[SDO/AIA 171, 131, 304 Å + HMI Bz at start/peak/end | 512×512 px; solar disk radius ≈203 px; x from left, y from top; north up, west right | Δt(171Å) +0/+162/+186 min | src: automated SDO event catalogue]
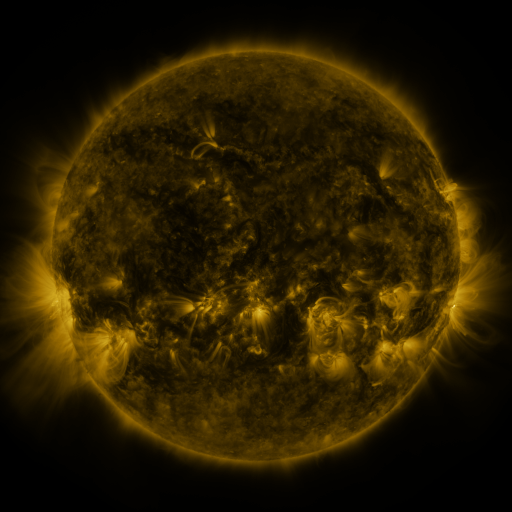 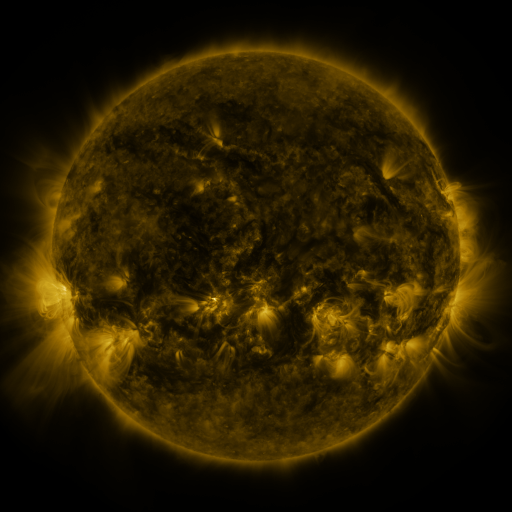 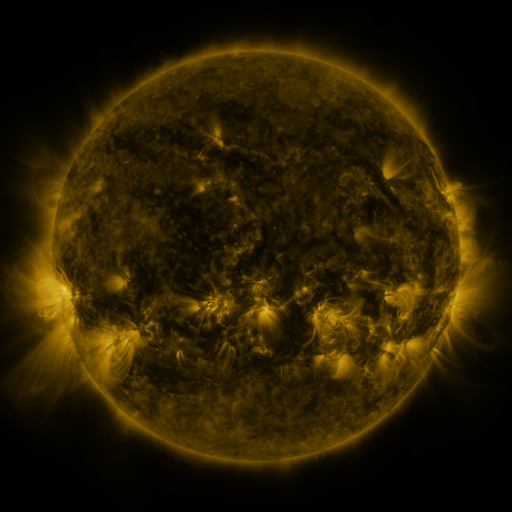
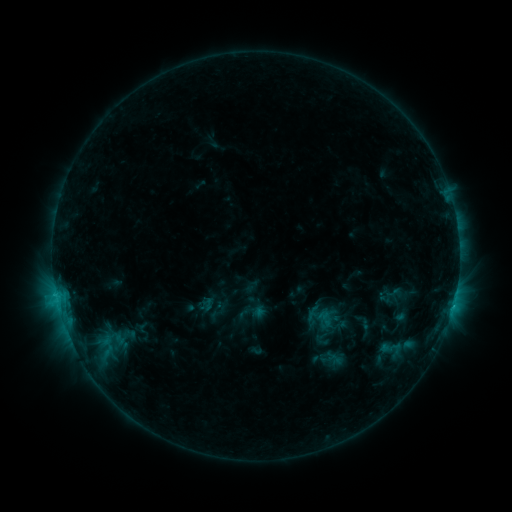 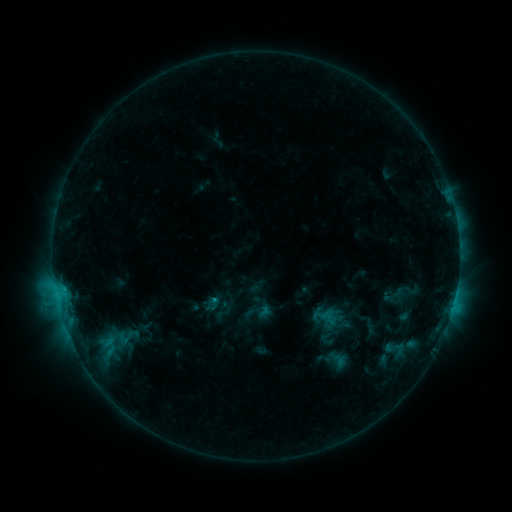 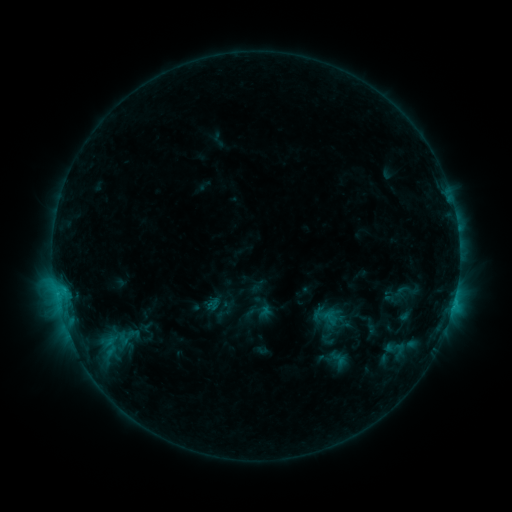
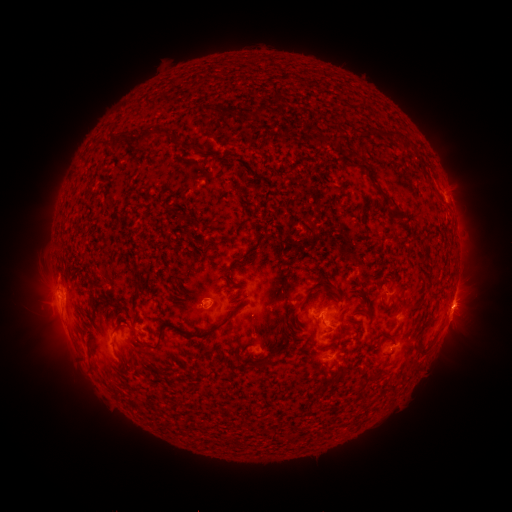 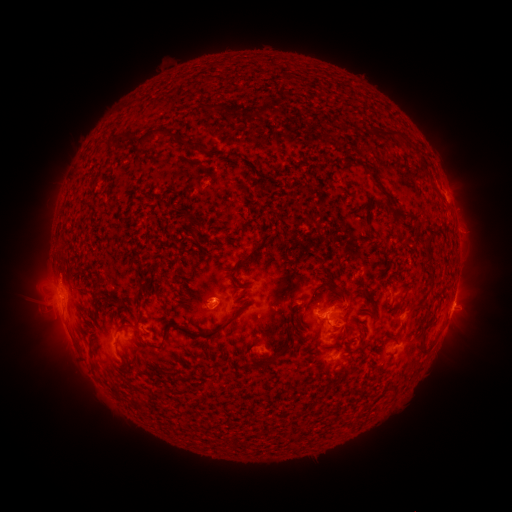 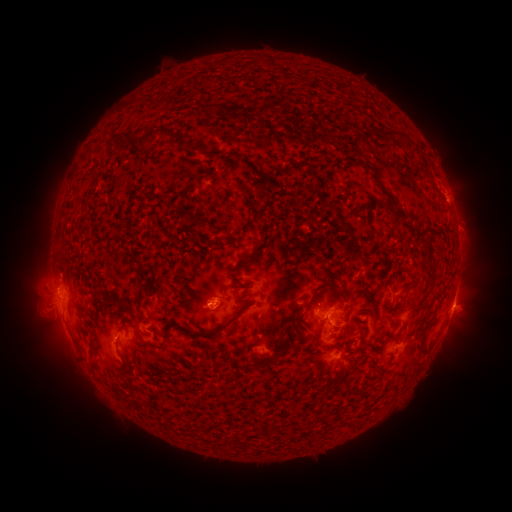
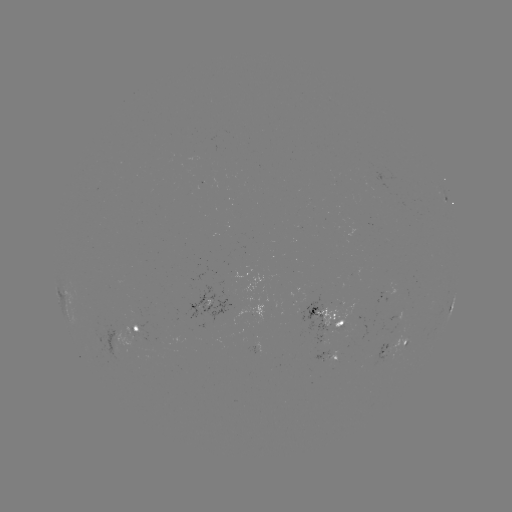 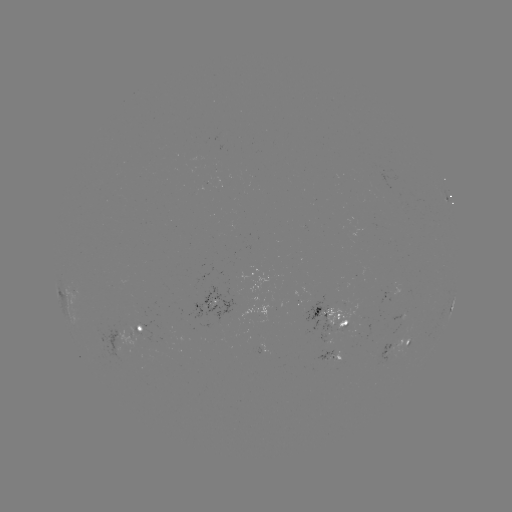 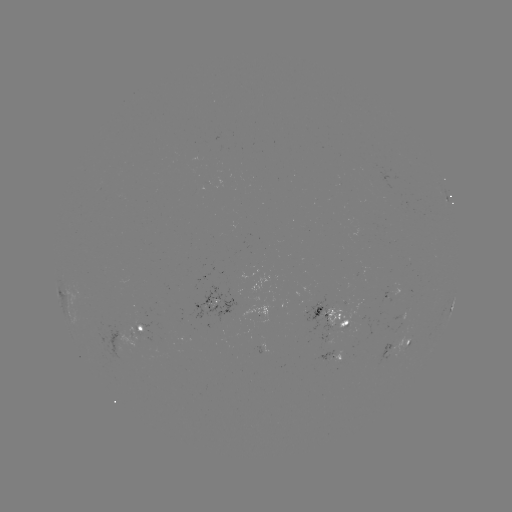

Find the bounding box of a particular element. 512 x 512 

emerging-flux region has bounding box [88, 326, 131, 361].